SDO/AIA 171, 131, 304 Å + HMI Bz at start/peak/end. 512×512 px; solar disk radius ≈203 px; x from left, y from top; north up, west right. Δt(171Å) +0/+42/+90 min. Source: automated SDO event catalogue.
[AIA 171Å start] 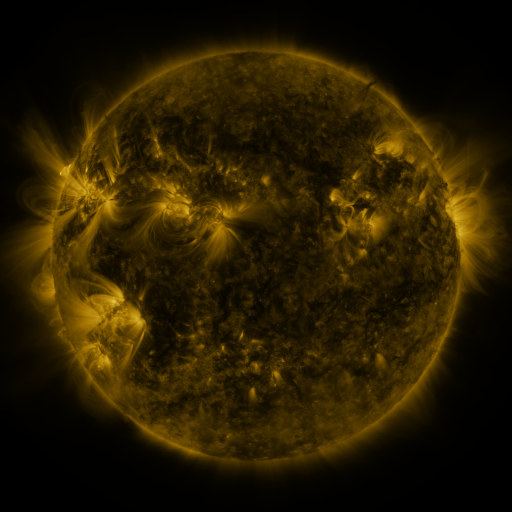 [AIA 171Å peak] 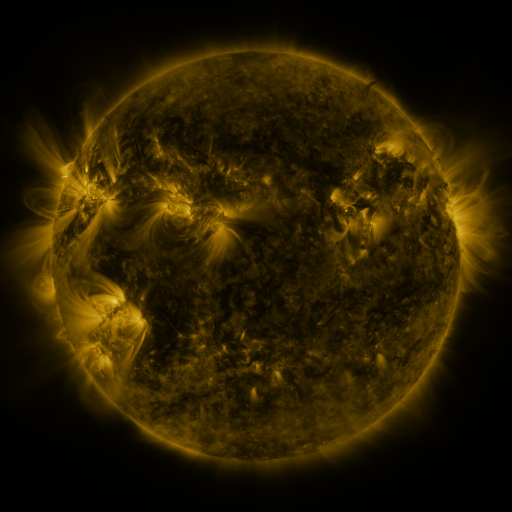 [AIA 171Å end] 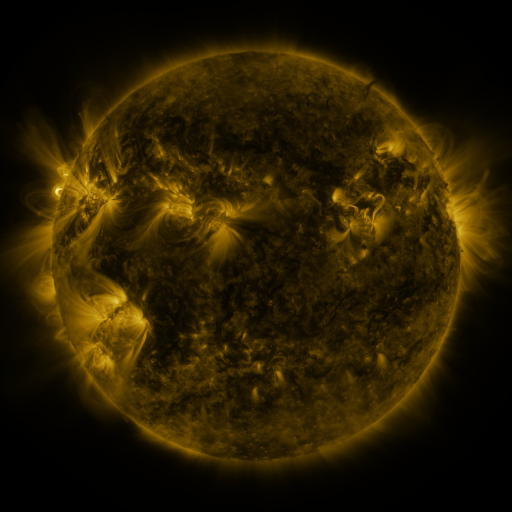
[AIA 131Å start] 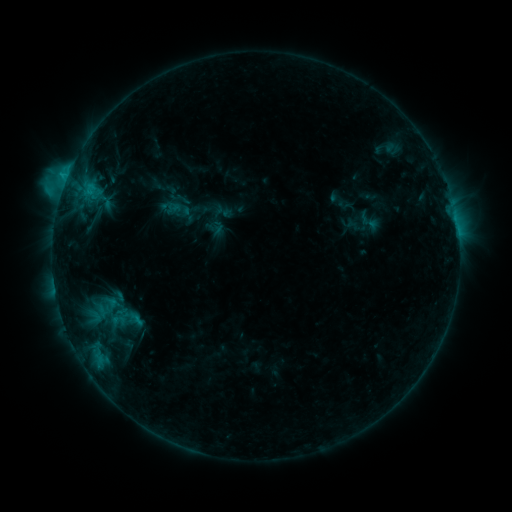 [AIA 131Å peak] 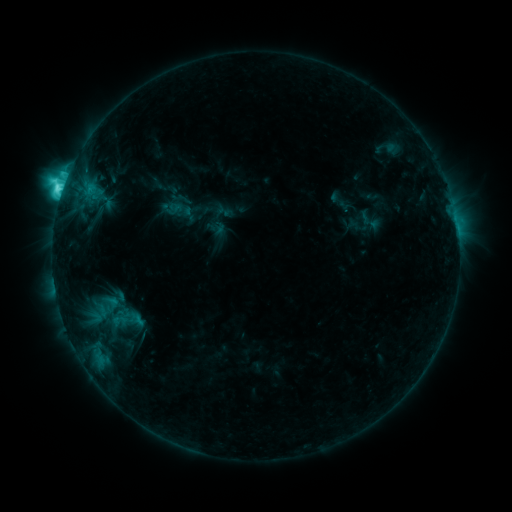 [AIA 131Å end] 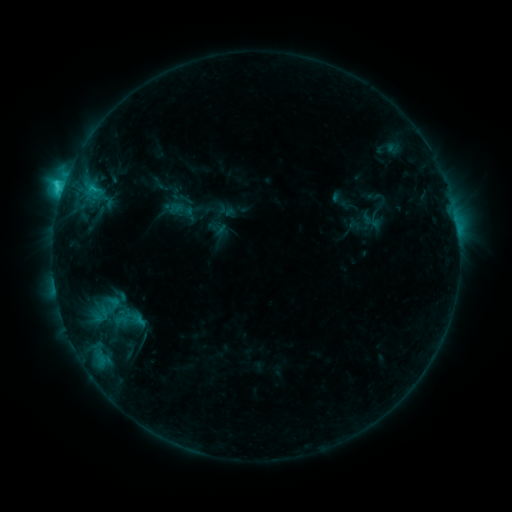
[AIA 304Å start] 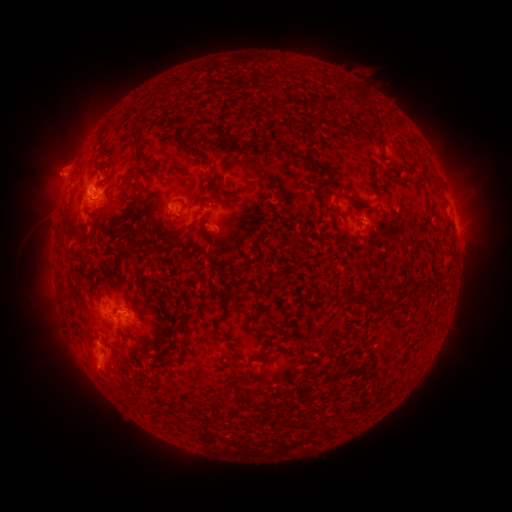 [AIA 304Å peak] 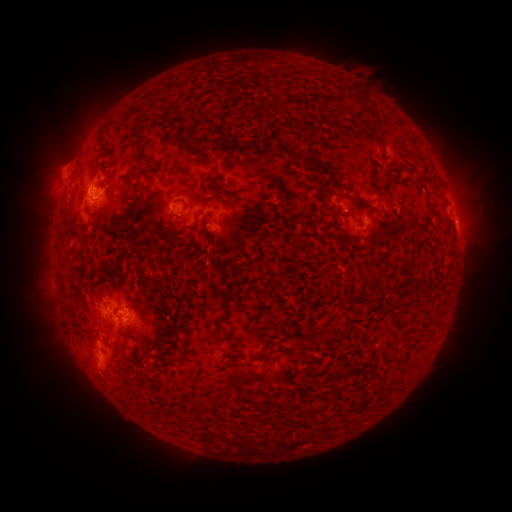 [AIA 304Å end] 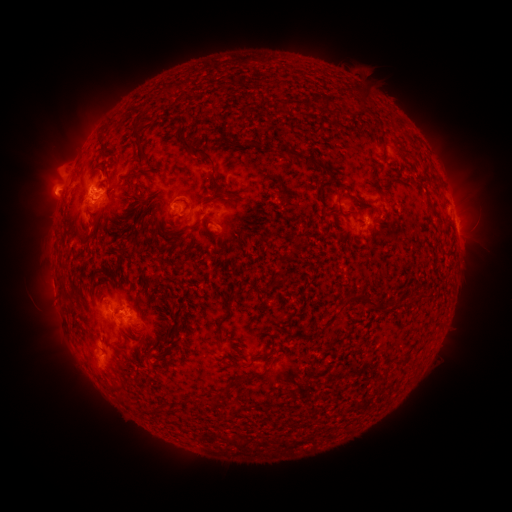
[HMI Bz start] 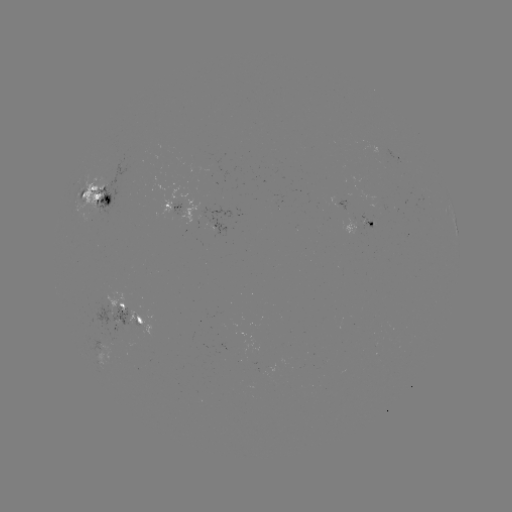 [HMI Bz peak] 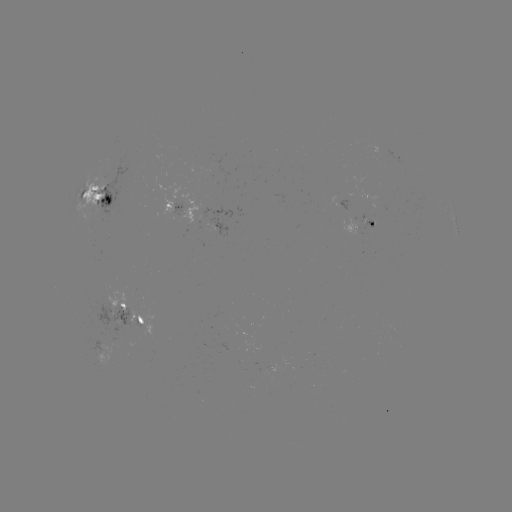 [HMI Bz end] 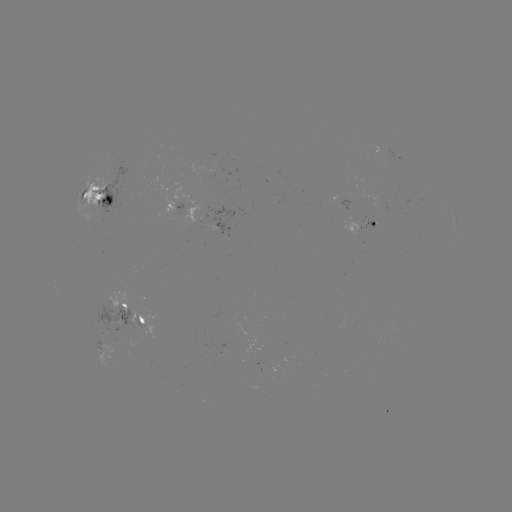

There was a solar flare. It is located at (62, 193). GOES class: C8.6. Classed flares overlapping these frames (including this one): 2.